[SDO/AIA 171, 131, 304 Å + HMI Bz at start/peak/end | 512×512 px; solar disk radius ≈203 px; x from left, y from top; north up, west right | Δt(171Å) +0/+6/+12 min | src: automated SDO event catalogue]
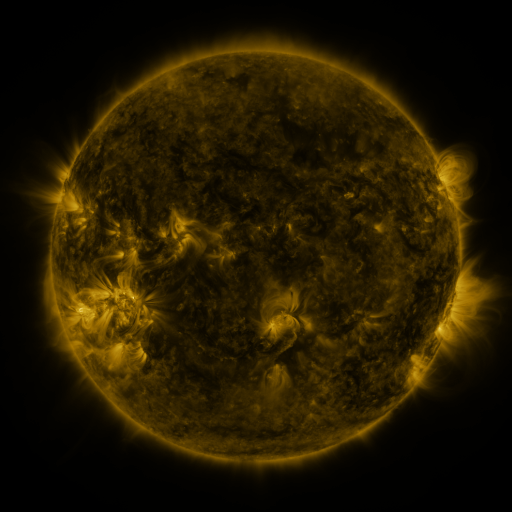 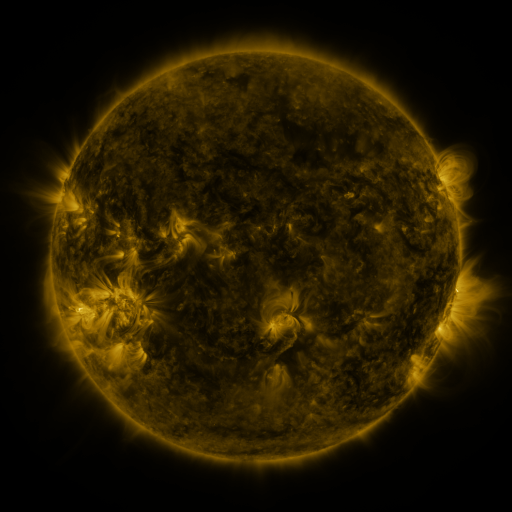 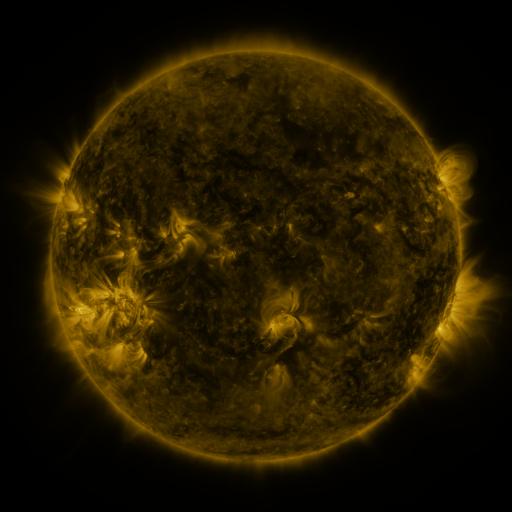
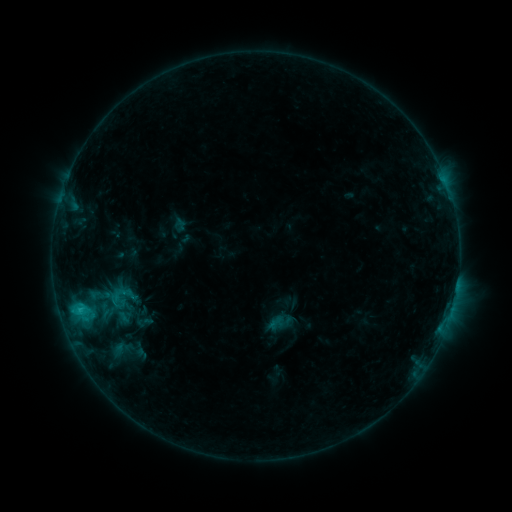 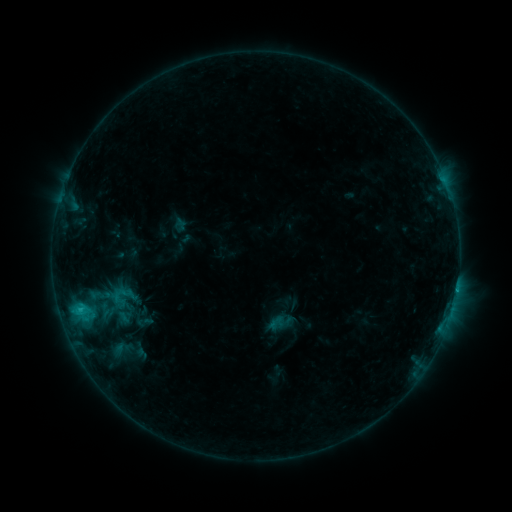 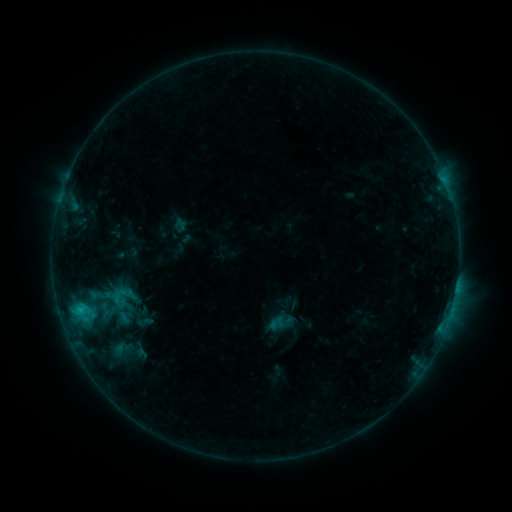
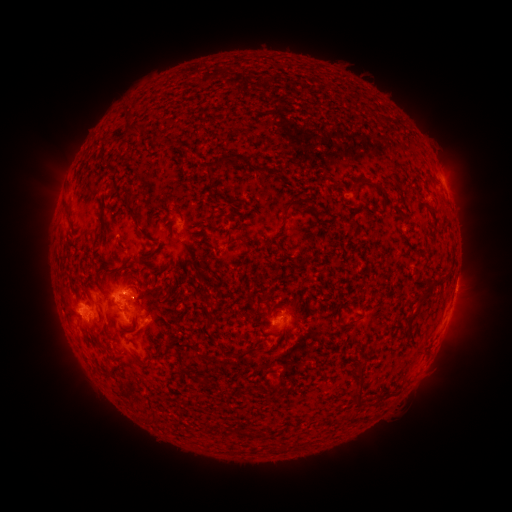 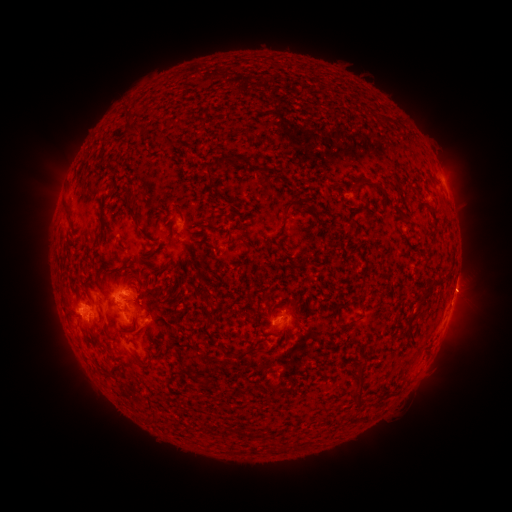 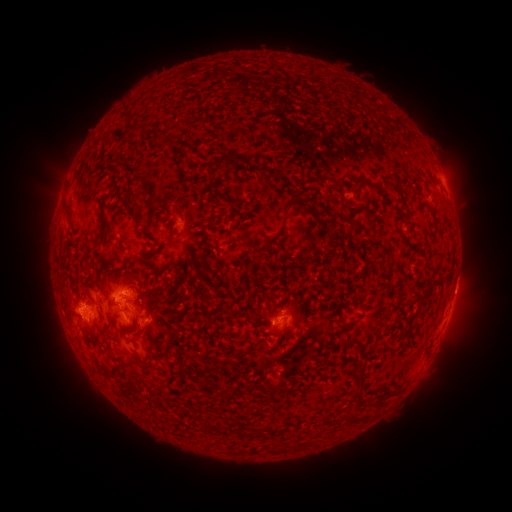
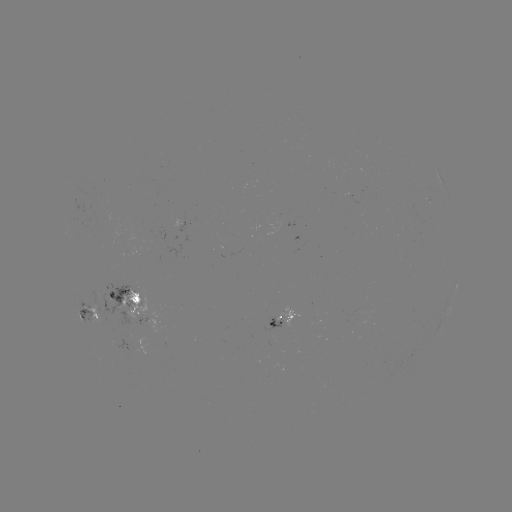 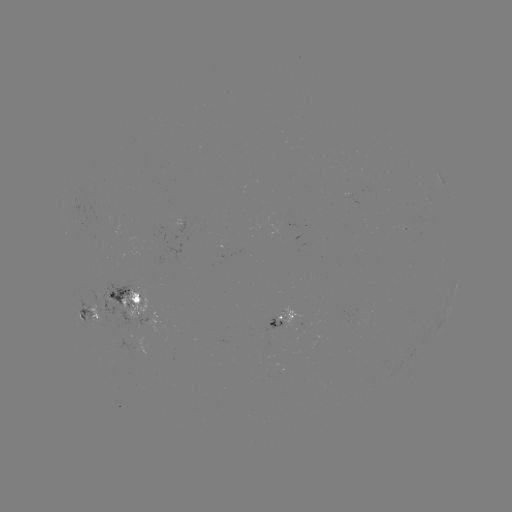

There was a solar eruption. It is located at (464, 296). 